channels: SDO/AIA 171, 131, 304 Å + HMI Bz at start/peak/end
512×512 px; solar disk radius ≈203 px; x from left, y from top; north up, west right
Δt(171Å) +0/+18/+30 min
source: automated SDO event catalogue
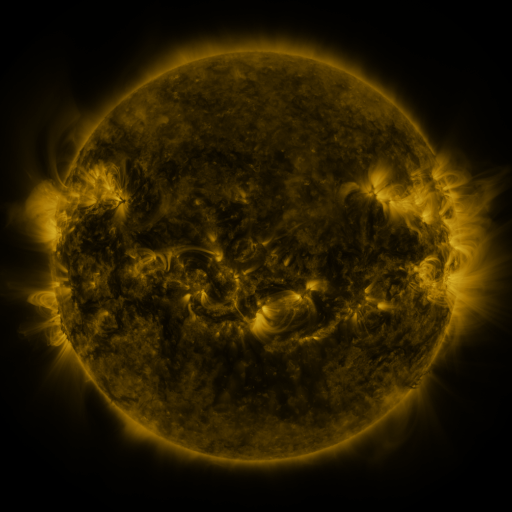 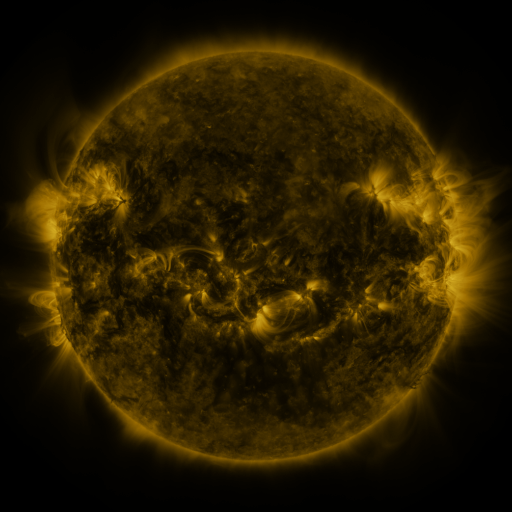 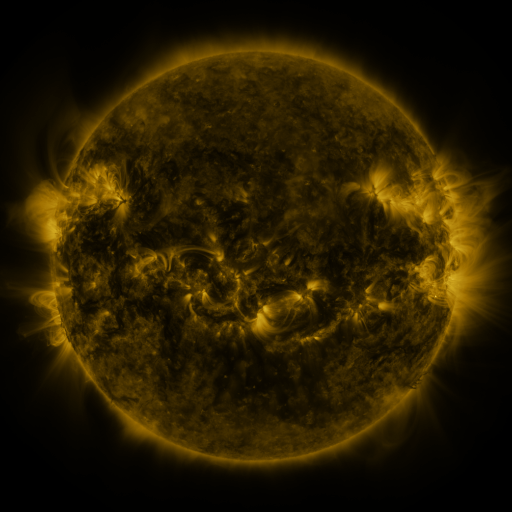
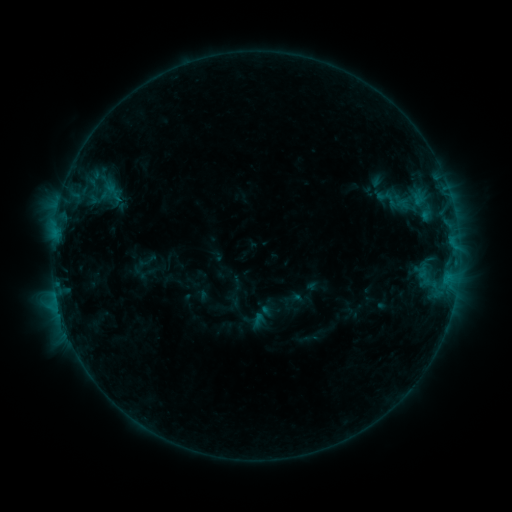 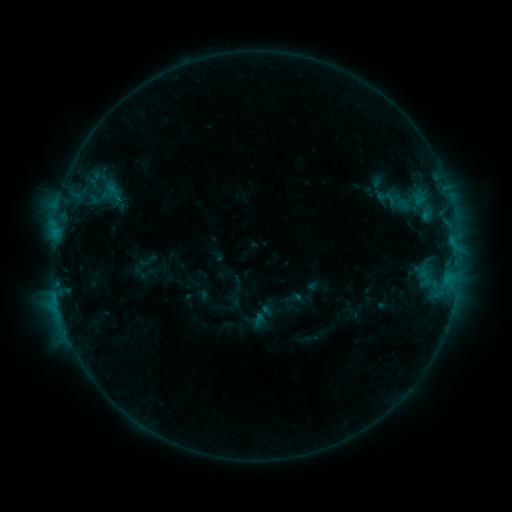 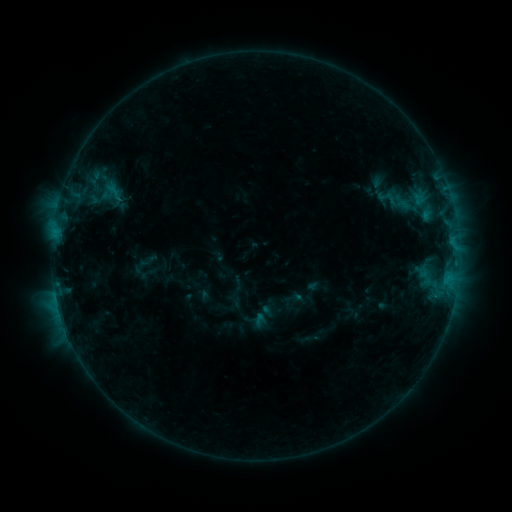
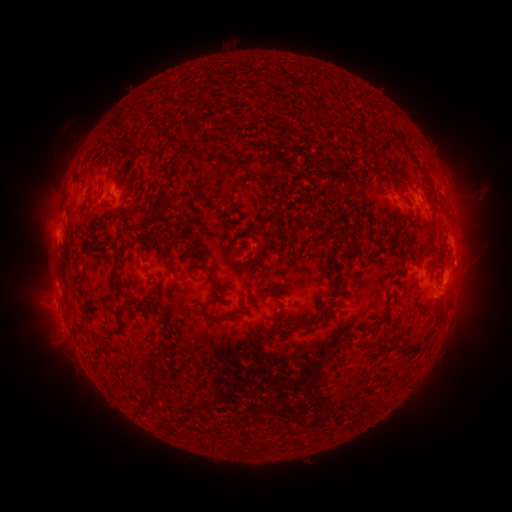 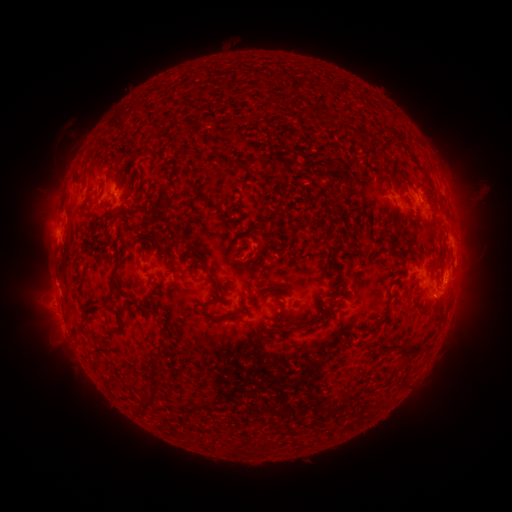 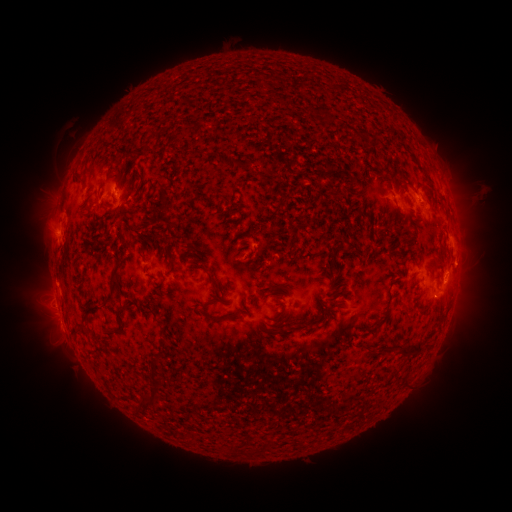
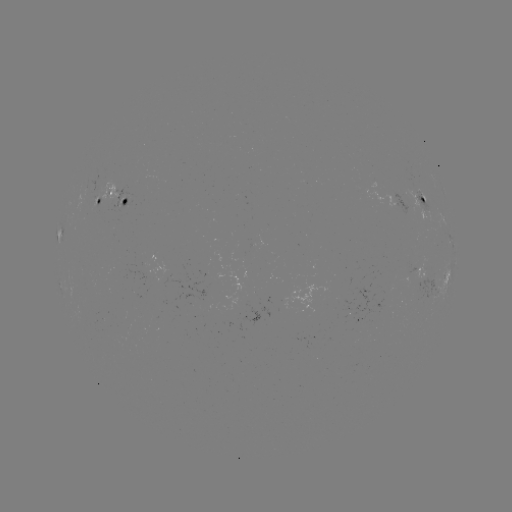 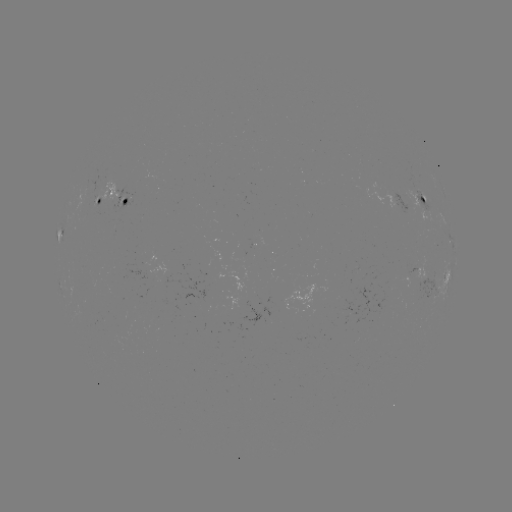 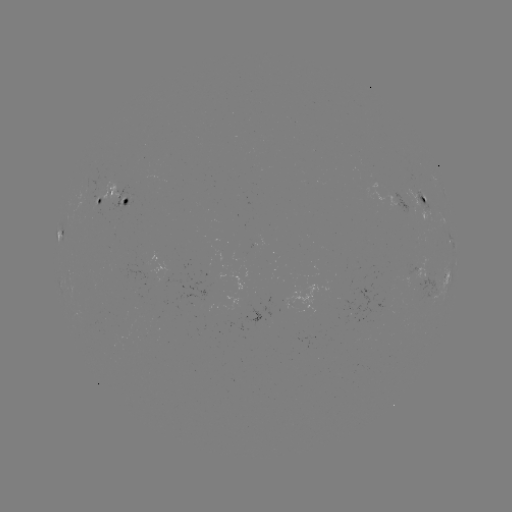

no catalogued flare and no flagged EUV brightening in this window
